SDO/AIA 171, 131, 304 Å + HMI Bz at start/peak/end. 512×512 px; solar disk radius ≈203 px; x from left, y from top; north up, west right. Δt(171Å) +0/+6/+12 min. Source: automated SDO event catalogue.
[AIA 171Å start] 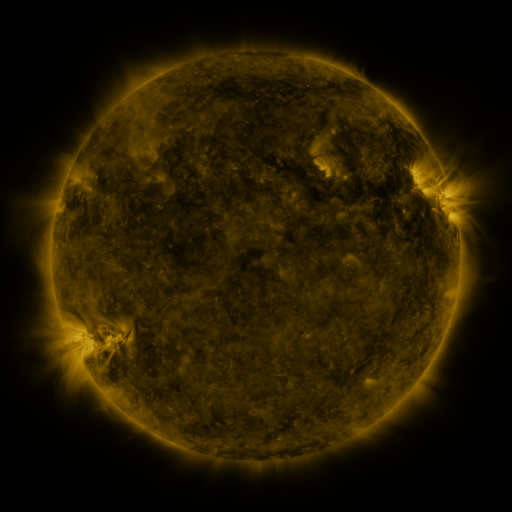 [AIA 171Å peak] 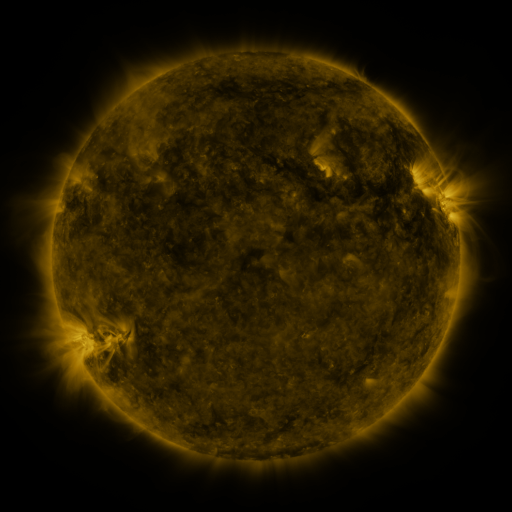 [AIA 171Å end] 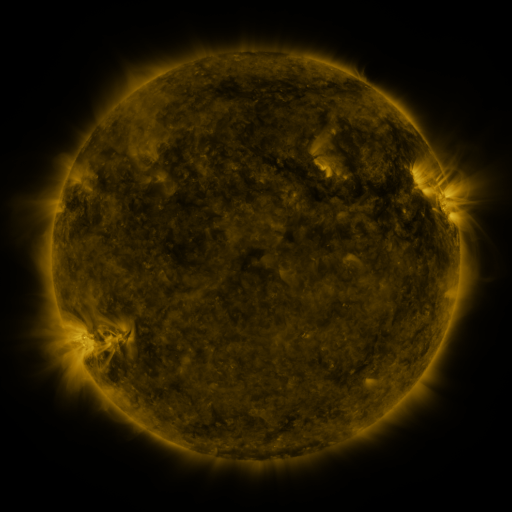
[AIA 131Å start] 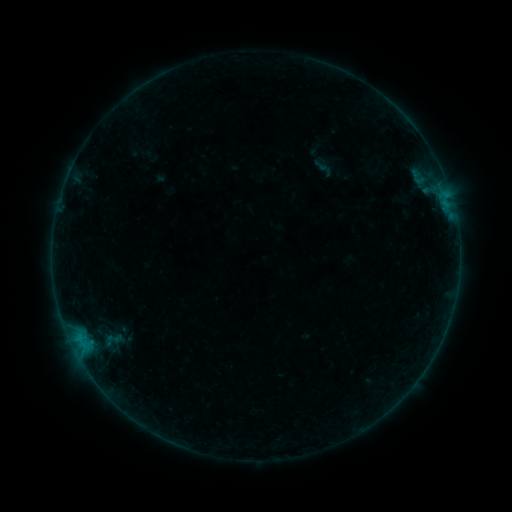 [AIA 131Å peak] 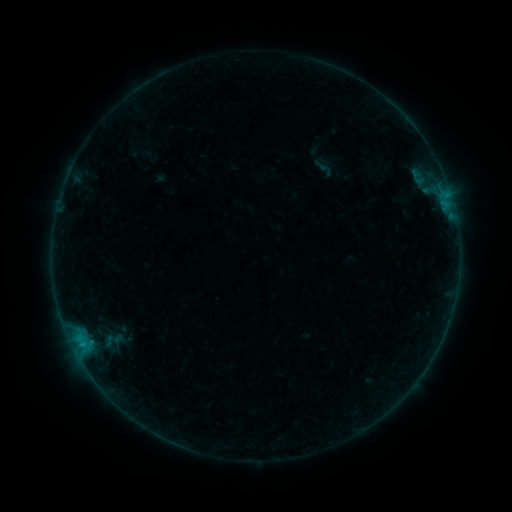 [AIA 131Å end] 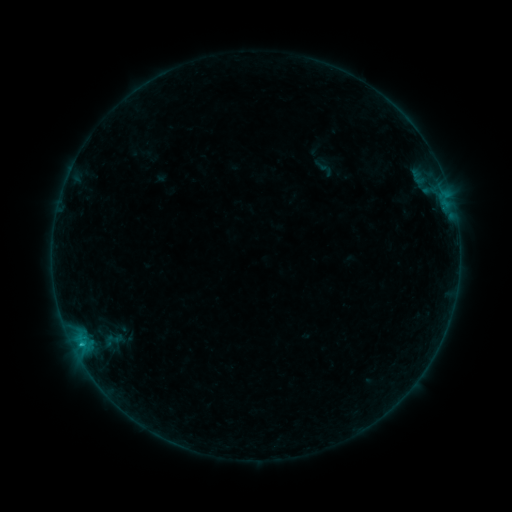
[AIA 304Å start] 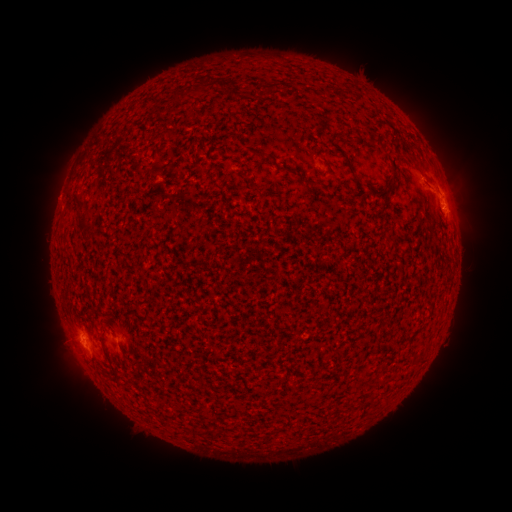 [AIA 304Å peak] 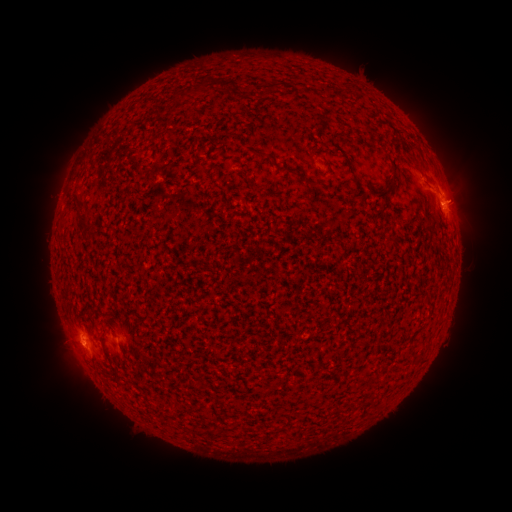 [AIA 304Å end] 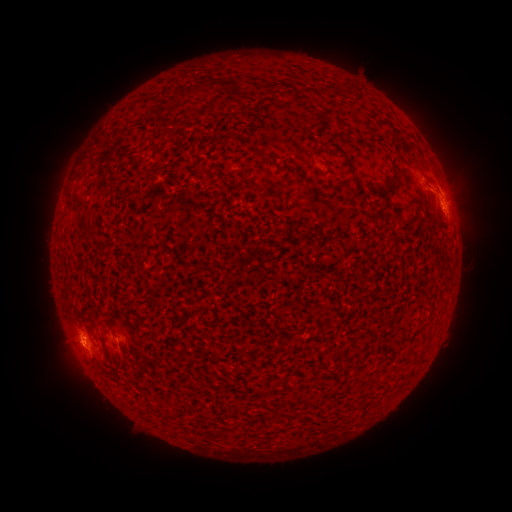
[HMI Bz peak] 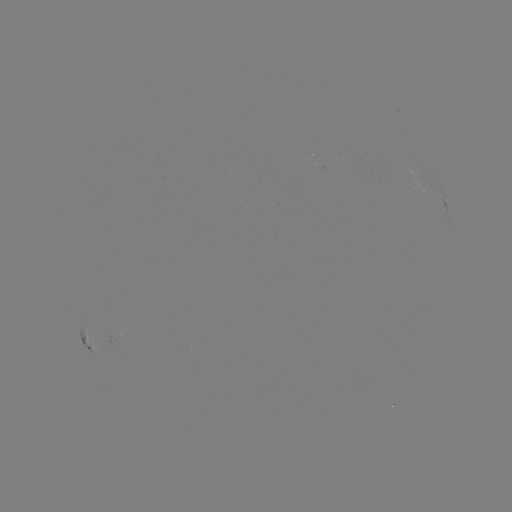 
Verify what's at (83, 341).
B5.6 flare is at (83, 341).